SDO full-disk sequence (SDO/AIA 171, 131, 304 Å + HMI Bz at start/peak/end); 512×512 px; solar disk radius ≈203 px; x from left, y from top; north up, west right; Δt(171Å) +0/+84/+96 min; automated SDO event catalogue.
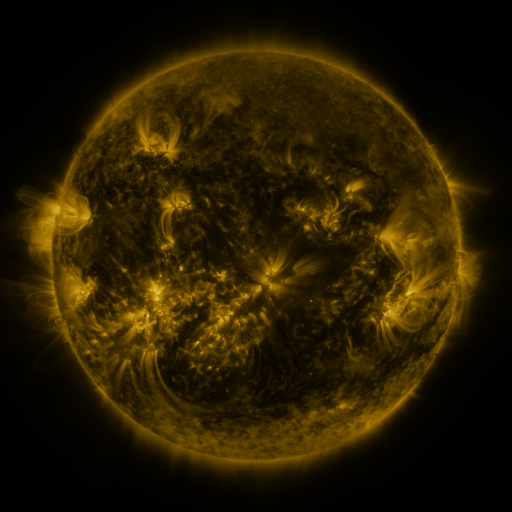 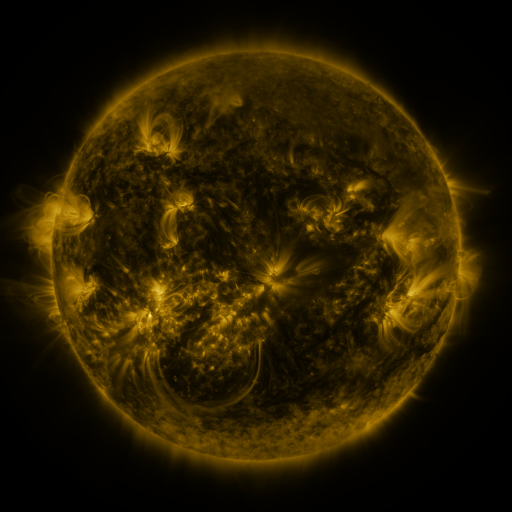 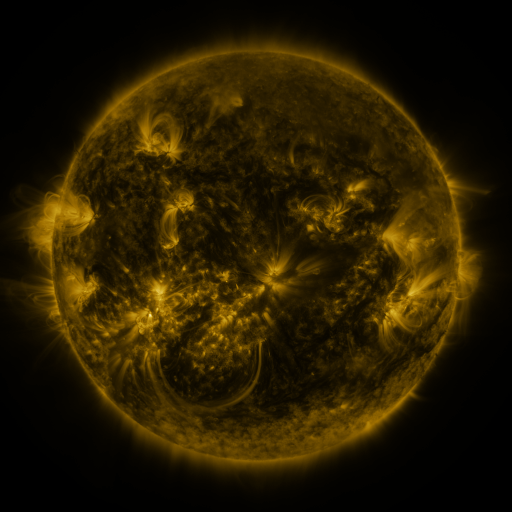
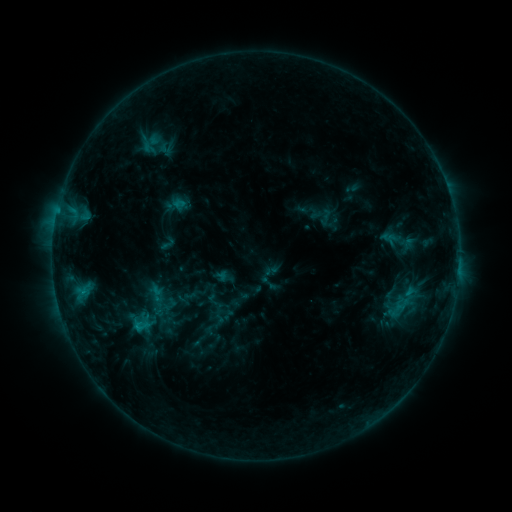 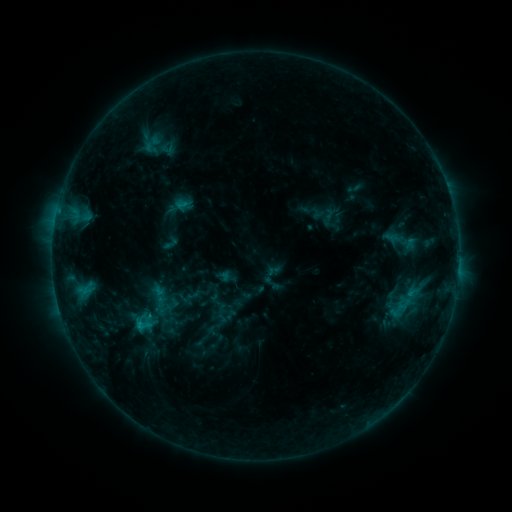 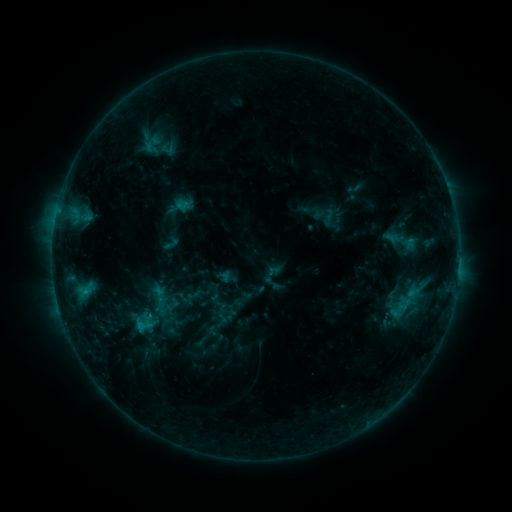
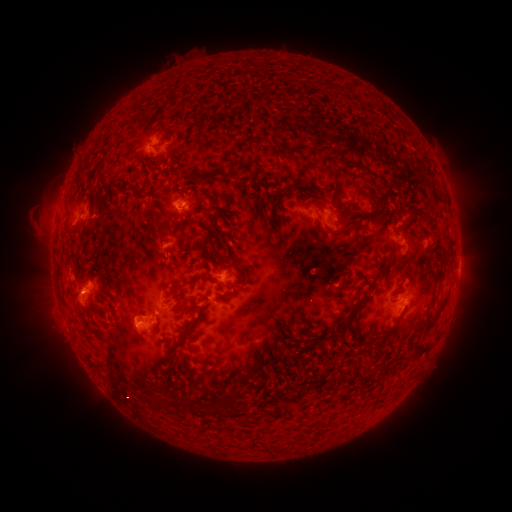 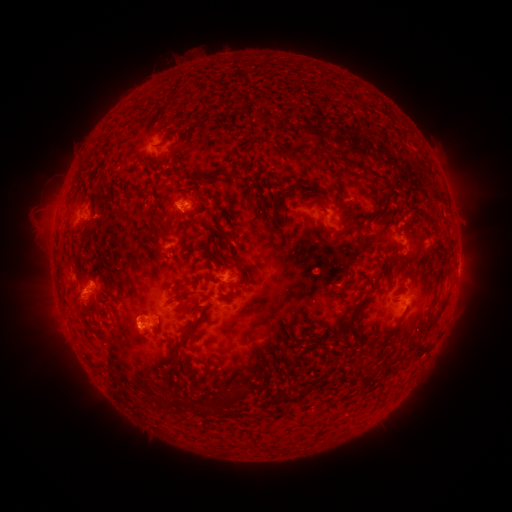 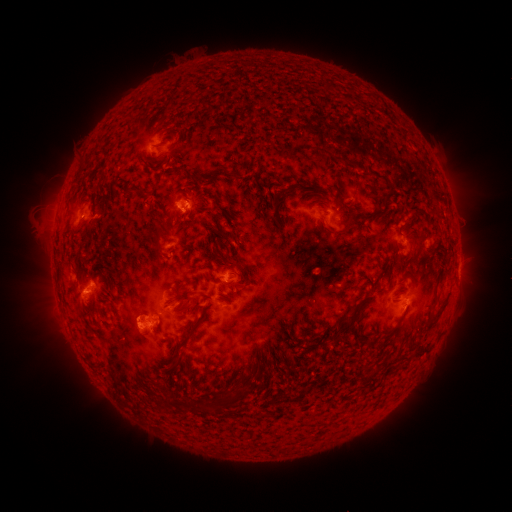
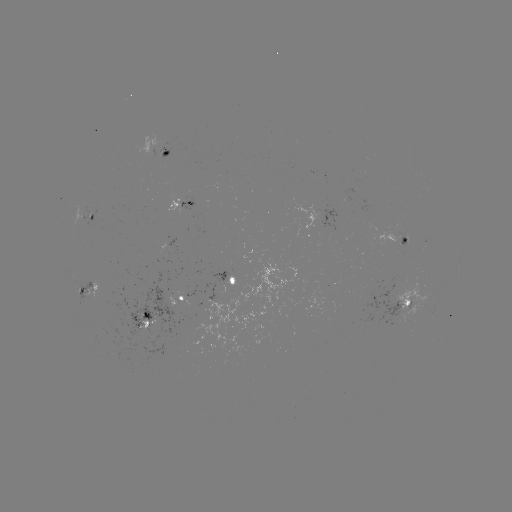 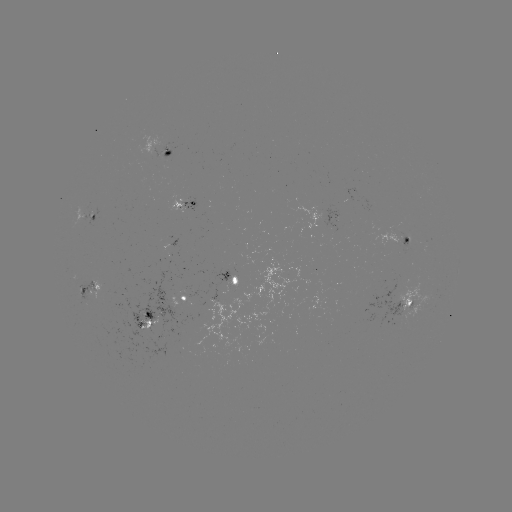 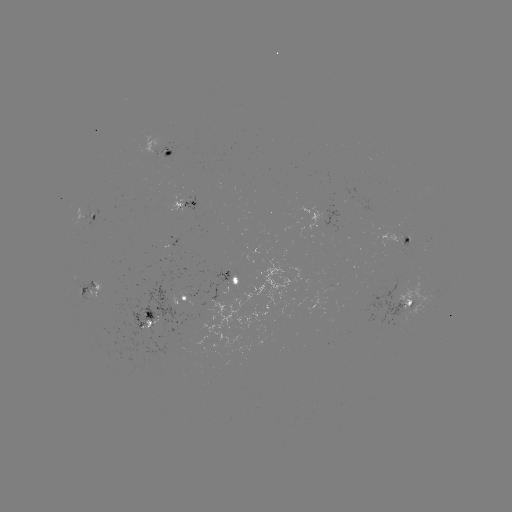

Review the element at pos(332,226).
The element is emerging-flux region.